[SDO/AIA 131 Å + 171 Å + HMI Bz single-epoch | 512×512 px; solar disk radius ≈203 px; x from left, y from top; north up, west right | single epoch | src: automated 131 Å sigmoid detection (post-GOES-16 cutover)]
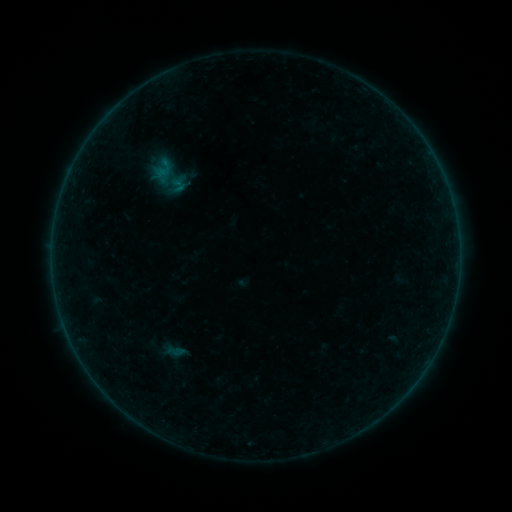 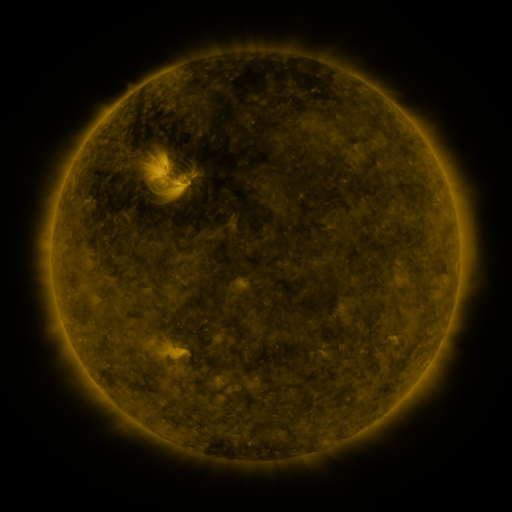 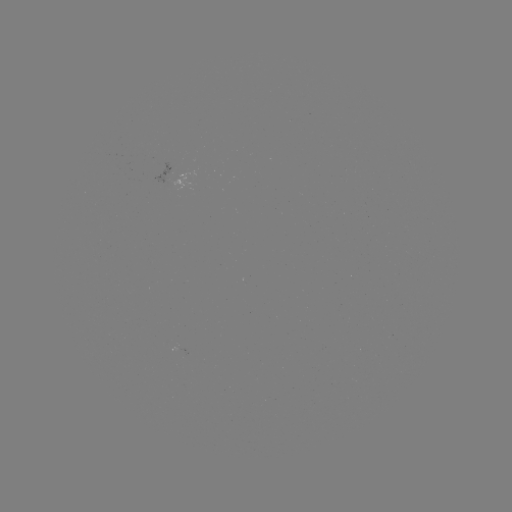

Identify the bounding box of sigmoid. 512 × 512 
[145, 150, 194, 204].